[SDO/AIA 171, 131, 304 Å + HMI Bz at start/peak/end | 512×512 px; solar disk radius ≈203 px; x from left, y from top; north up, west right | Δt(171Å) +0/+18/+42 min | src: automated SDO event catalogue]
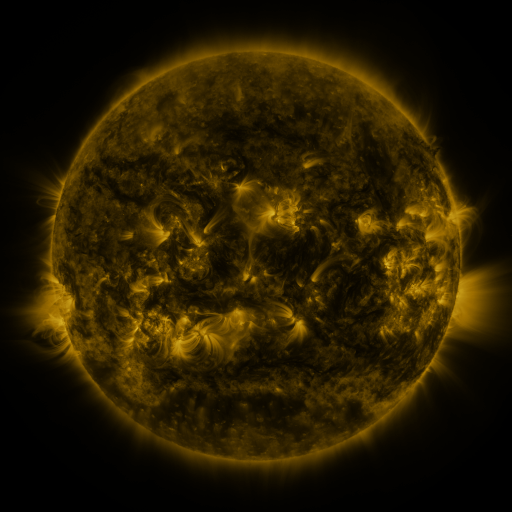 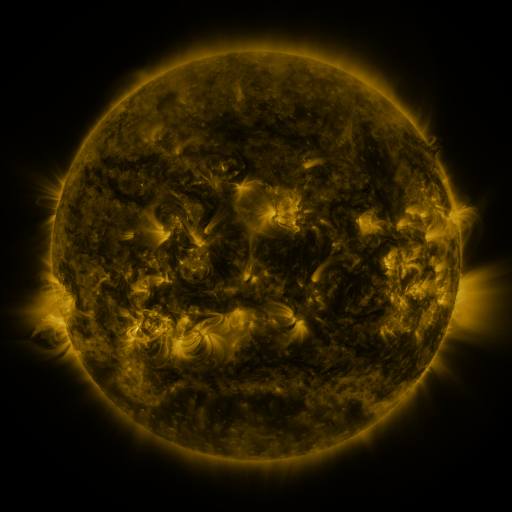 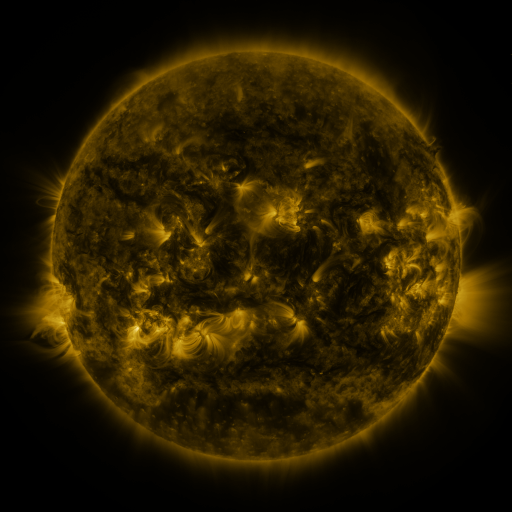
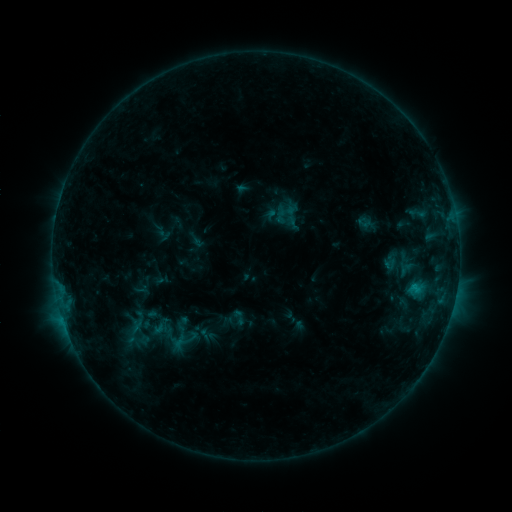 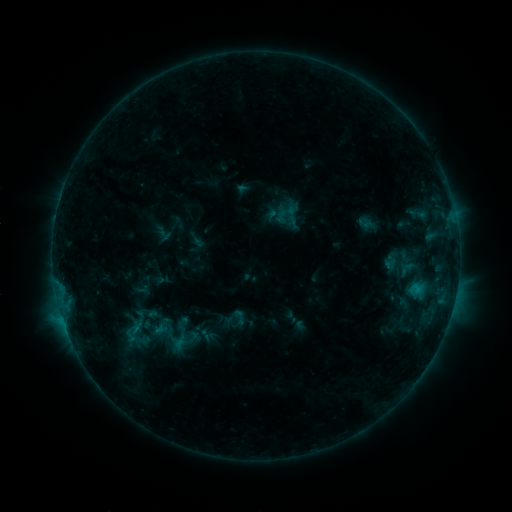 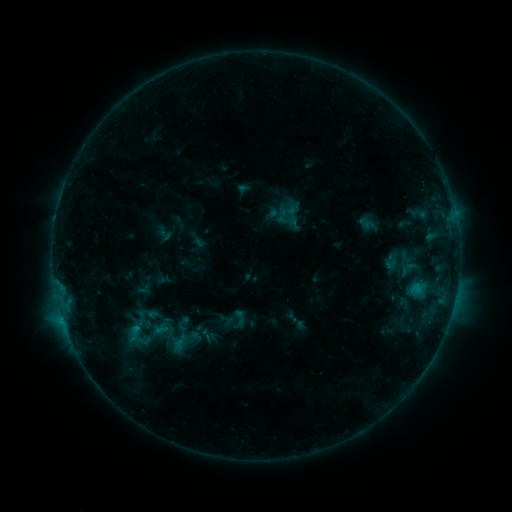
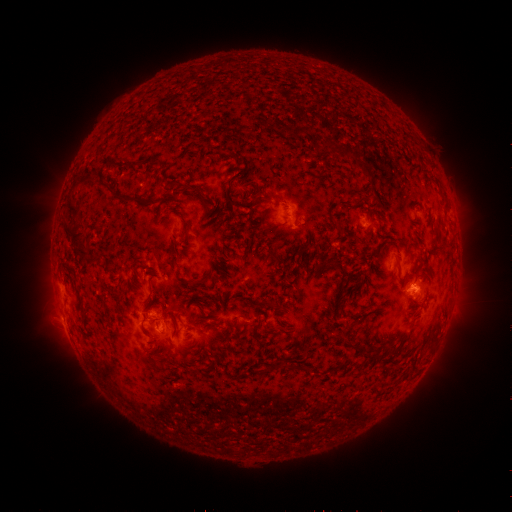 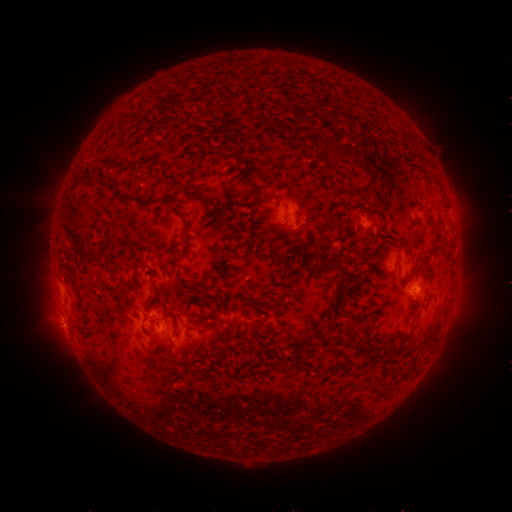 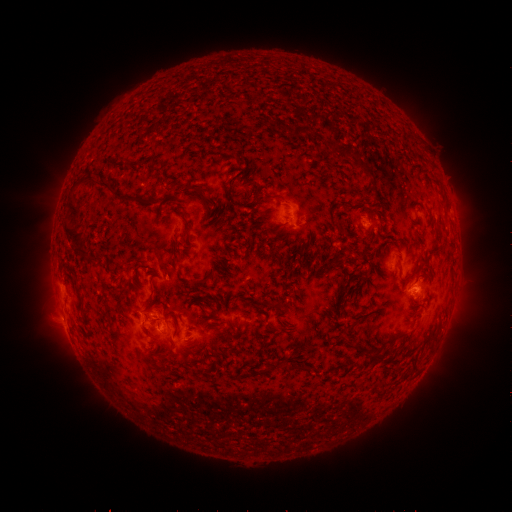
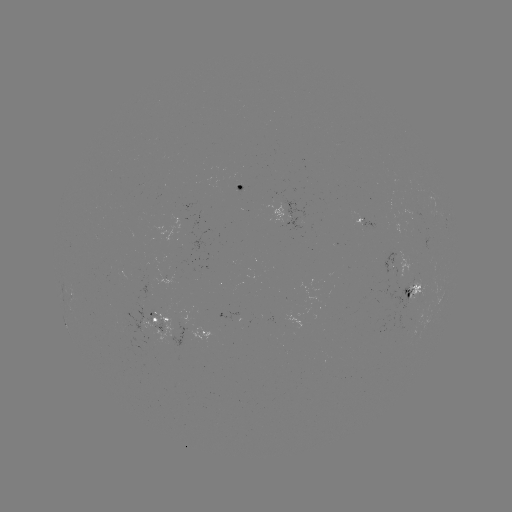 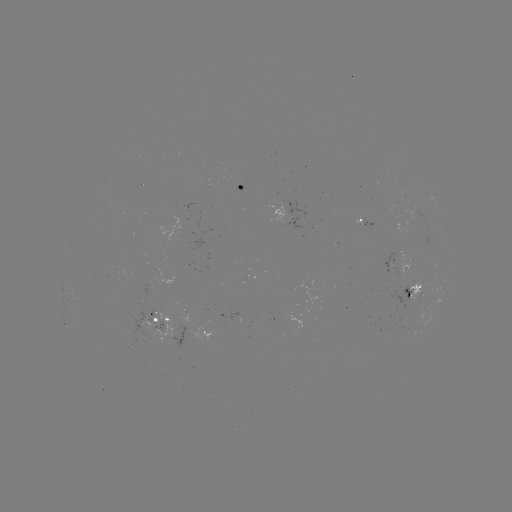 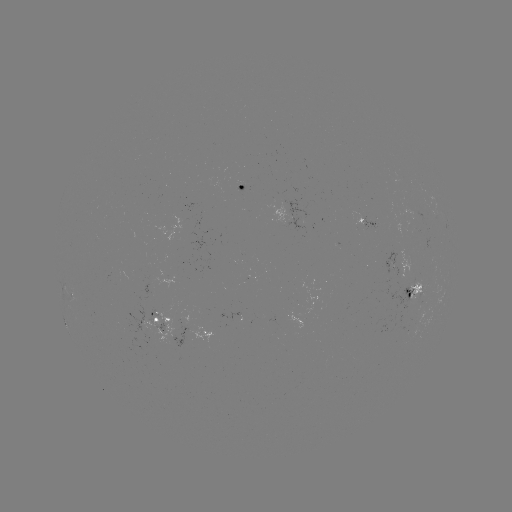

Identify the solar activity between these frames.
no catalogued flare and no flagged EUV brightening in this window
